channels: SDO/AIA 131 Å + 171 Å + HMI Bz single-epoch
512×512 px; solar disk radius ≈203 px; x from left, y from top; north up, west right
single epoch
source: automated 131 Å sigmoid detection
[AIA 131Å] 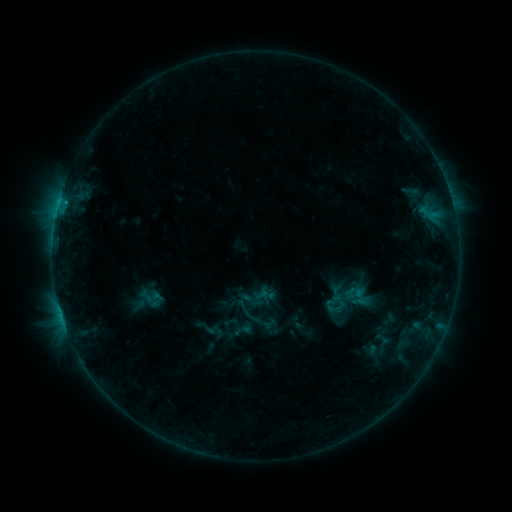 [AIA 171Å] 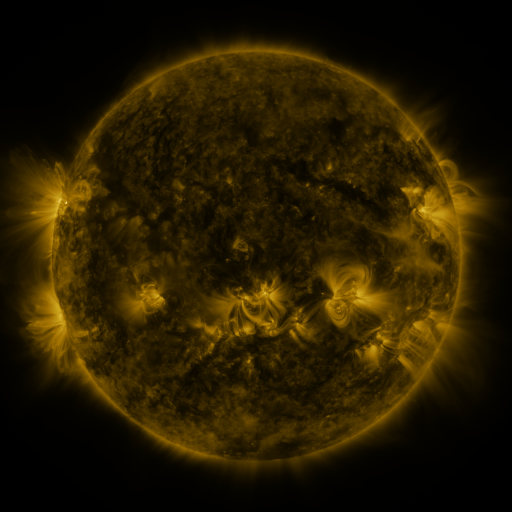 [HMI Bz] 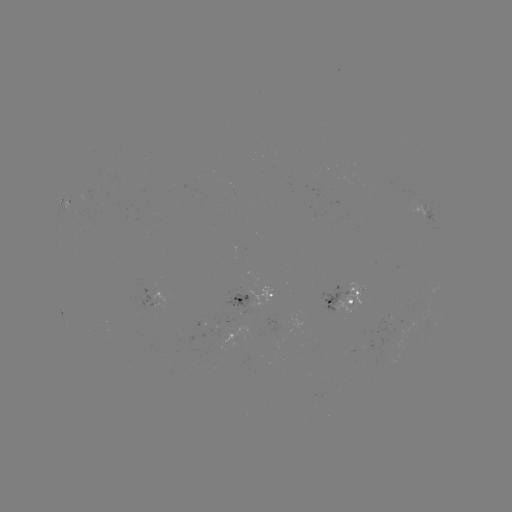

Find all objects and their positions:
sigmoid: [231, 296, 264, 328]
